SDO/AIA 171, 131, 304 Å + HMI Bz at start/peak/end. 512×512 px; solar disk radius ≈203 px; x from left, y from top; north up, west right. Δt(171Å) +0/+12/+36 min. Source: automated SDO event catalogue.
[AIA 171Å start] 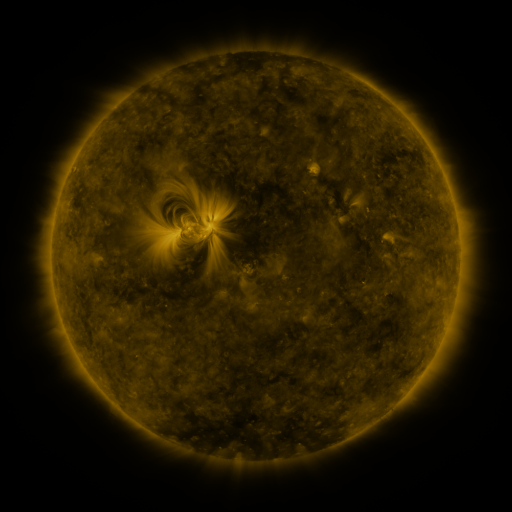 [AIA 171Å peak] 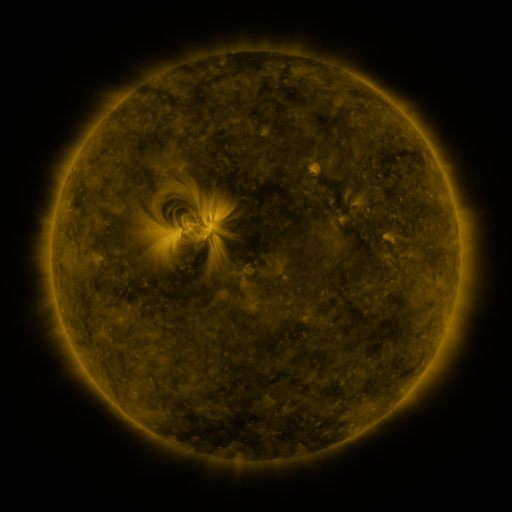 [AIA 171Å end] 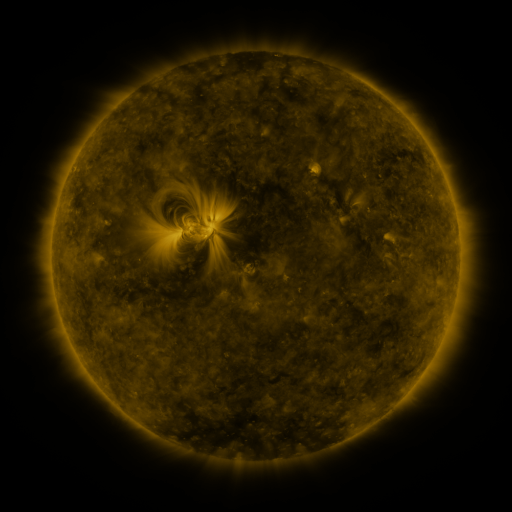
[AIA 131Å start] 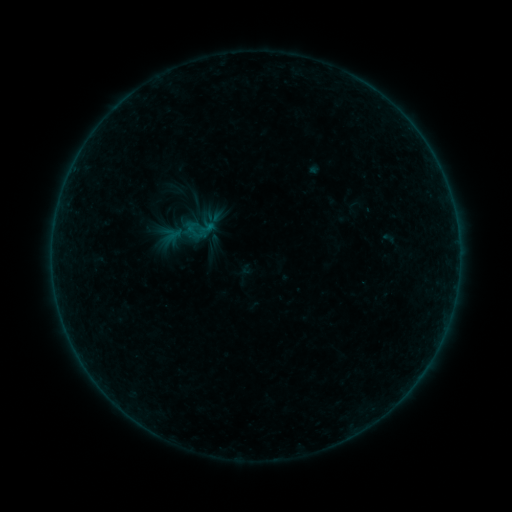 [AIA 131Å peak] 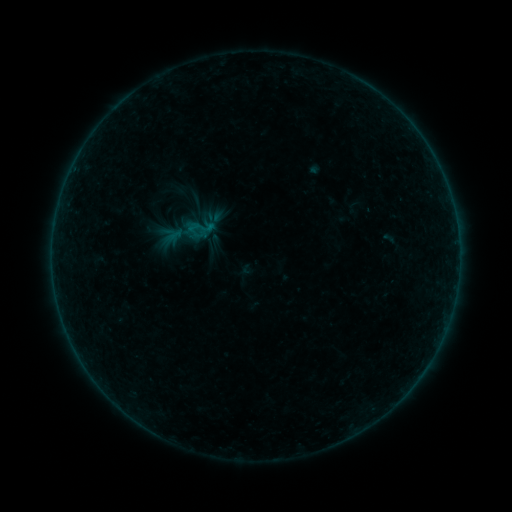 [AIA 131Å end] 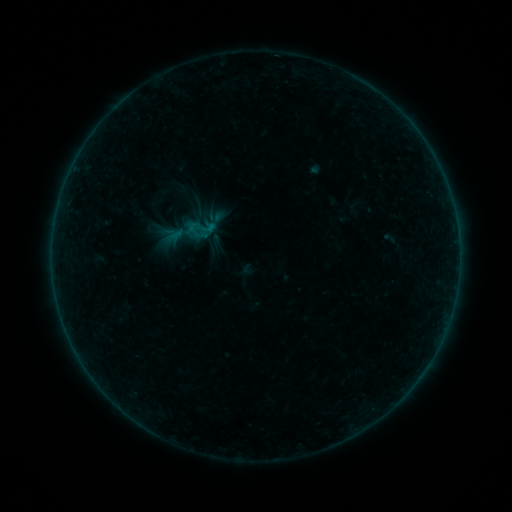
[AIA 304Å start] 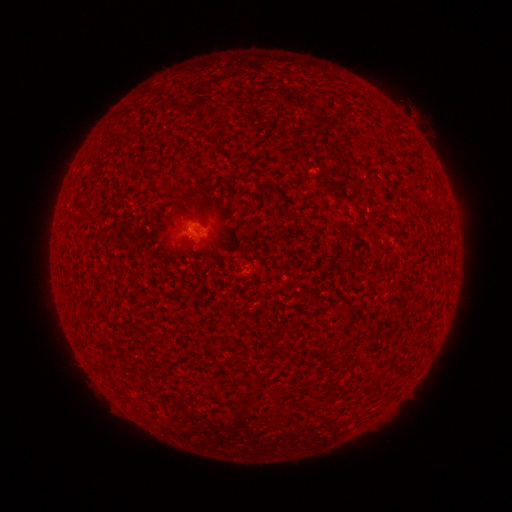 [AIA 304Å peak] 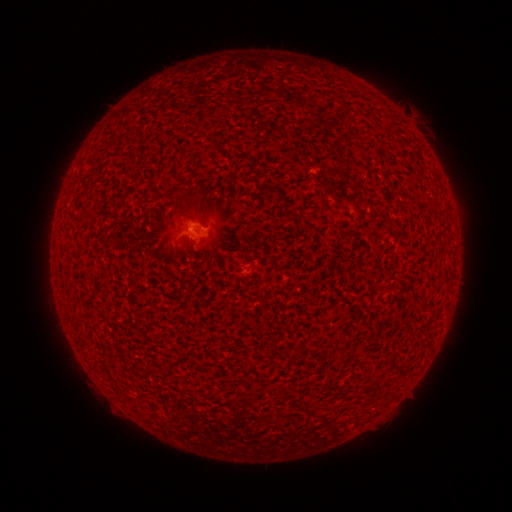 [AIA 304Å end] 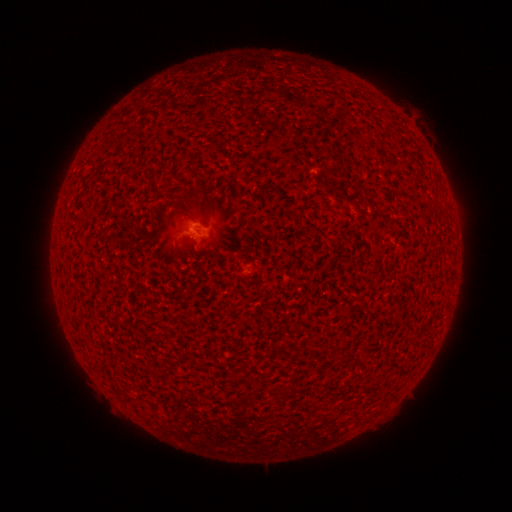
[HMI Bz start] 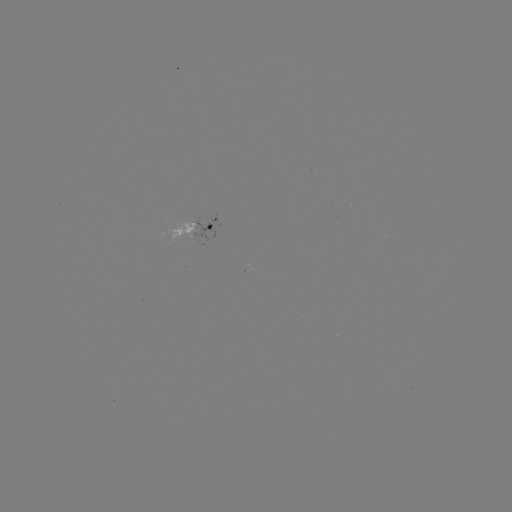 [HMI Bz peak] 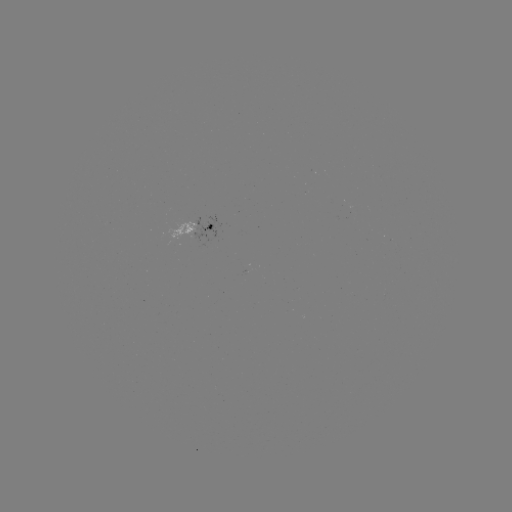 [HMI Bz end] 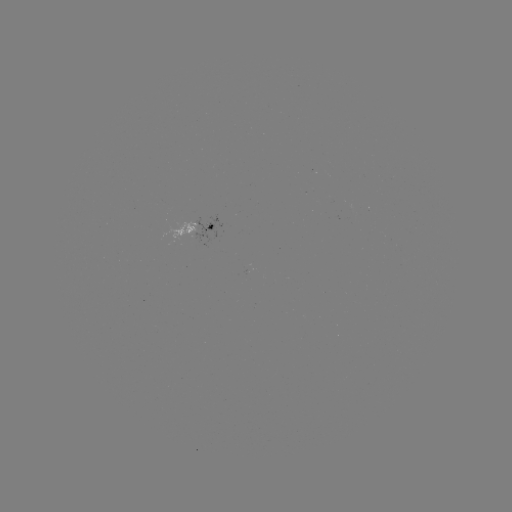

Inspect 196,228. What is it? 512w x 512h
A9.1 flare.